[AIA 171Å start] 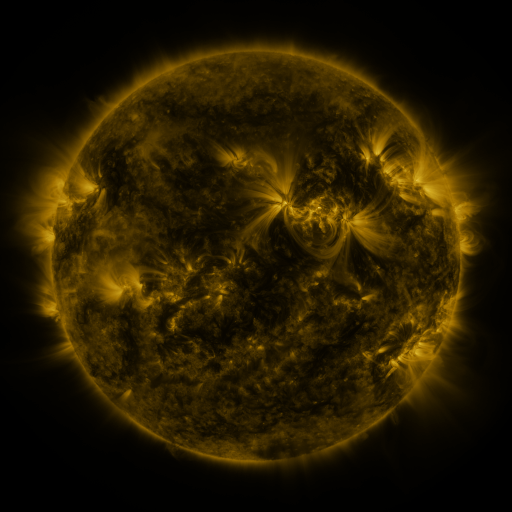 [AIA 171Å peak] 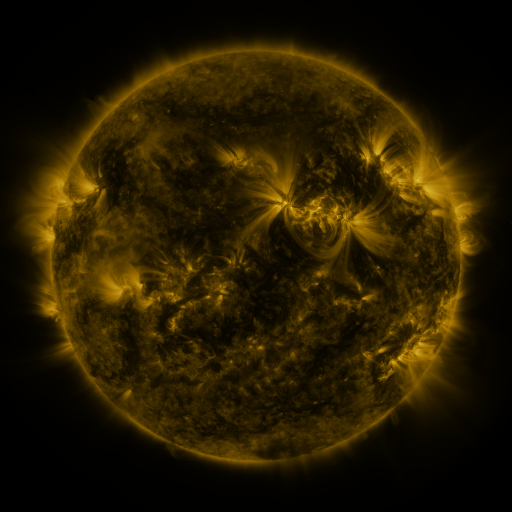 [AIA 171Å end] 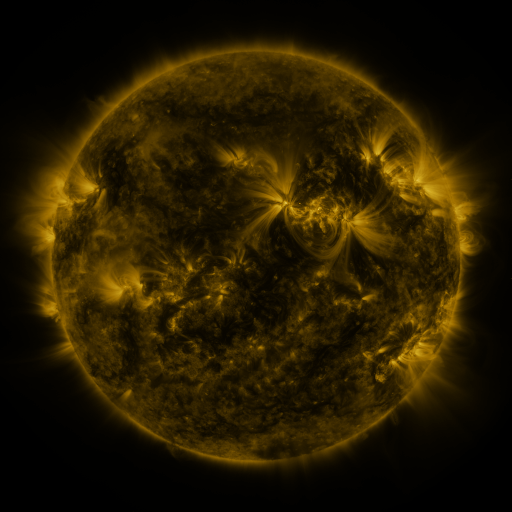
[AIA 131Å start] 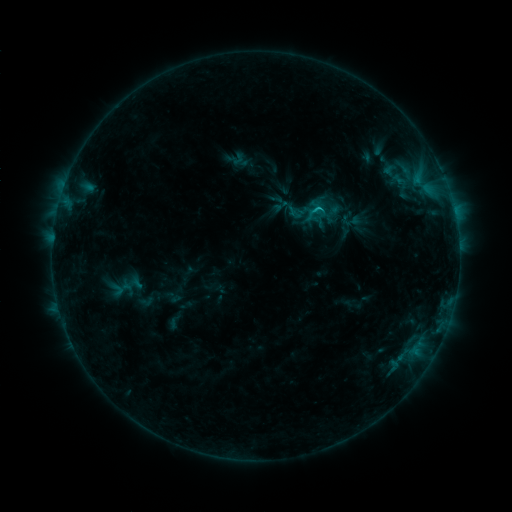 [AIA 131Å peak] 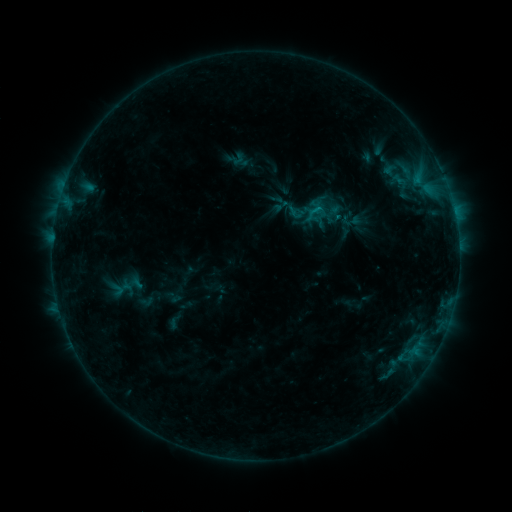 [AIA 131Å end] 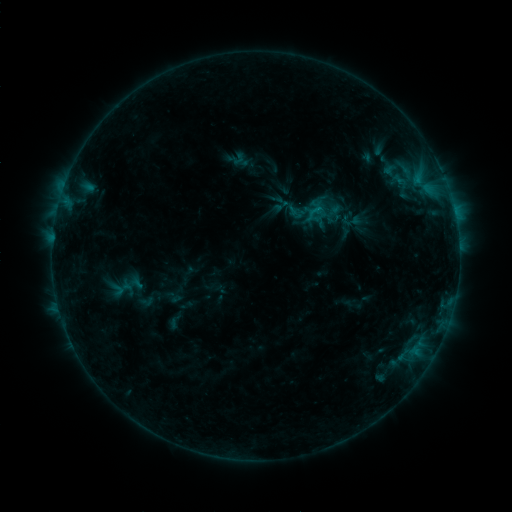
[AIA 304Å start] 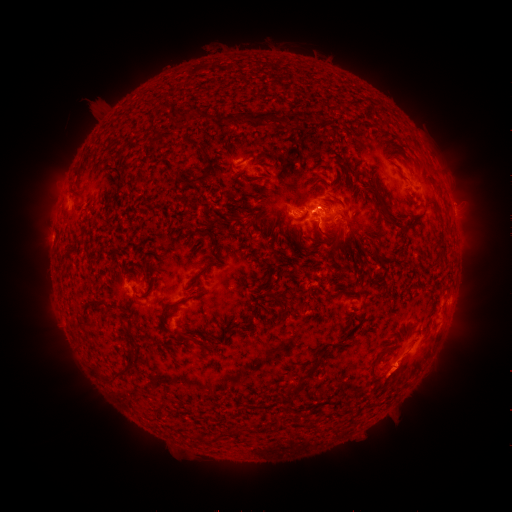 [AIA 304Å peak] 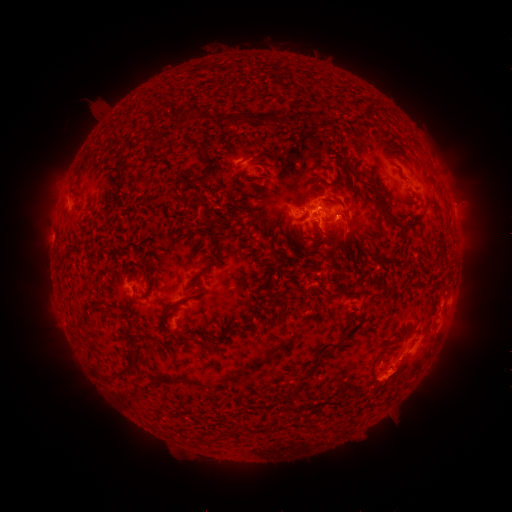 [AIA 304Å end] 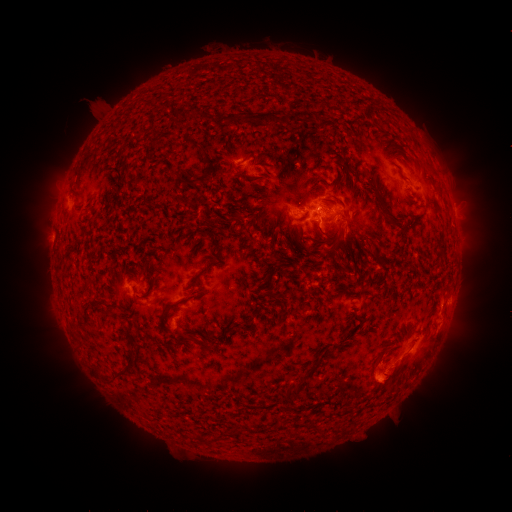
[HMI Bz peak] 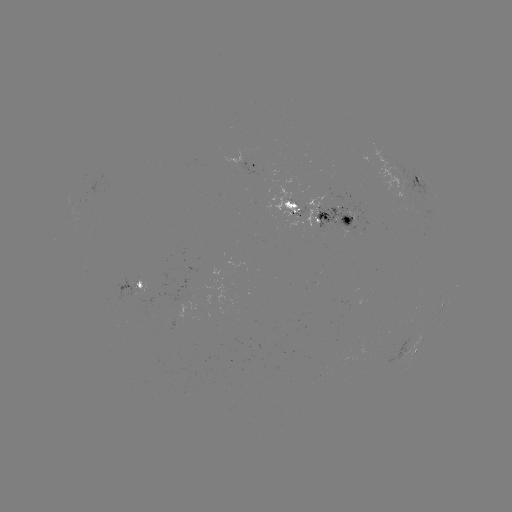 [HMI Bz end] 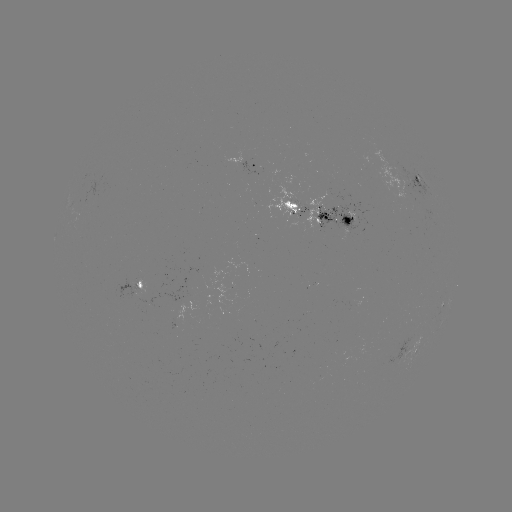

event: eruption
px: (398, 424)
